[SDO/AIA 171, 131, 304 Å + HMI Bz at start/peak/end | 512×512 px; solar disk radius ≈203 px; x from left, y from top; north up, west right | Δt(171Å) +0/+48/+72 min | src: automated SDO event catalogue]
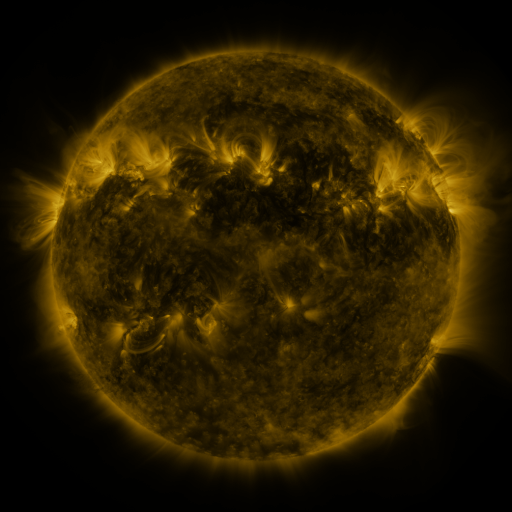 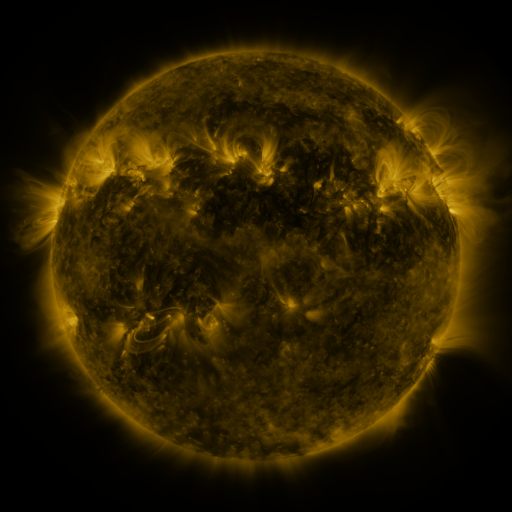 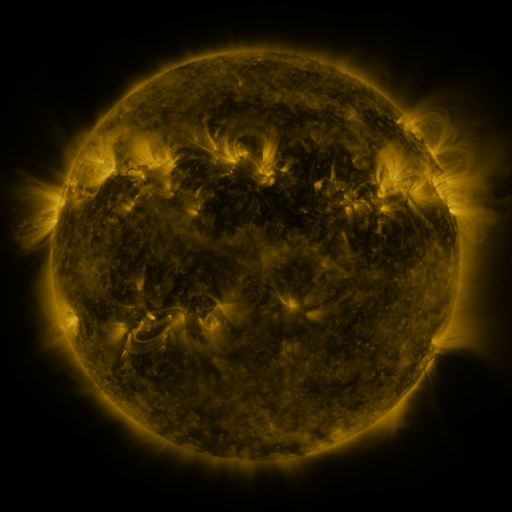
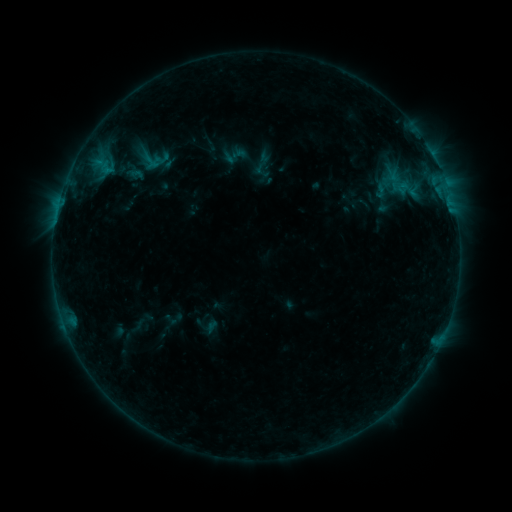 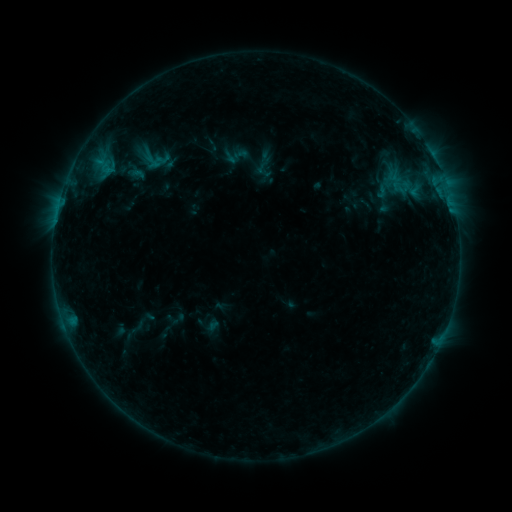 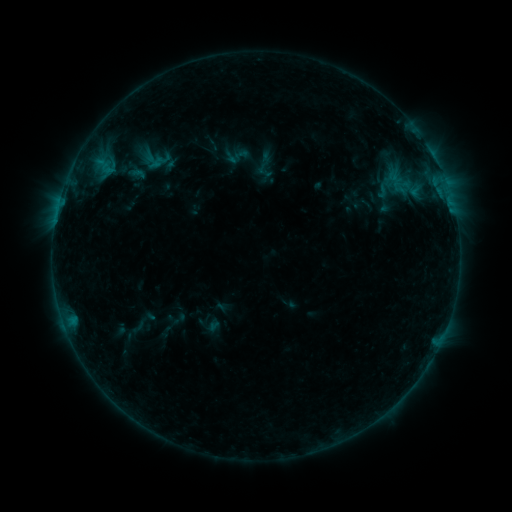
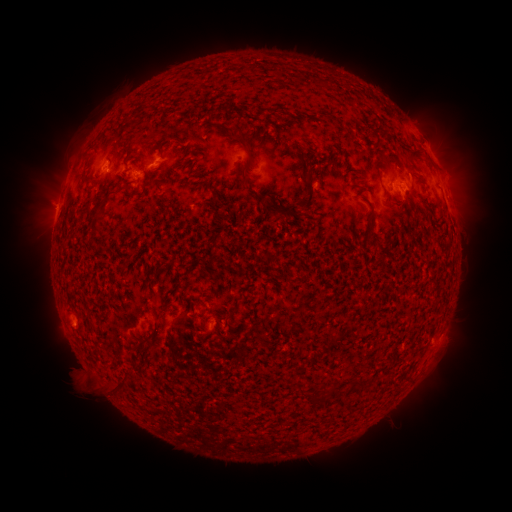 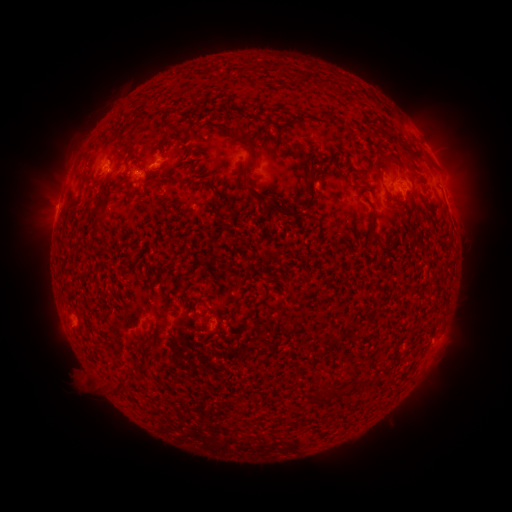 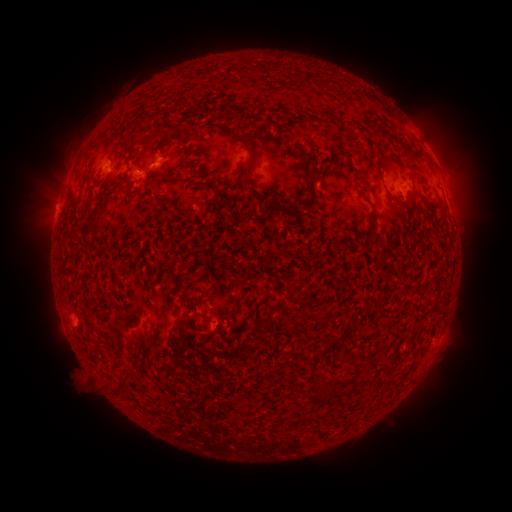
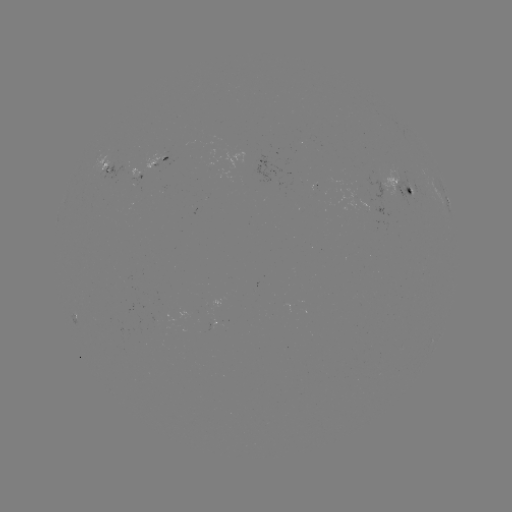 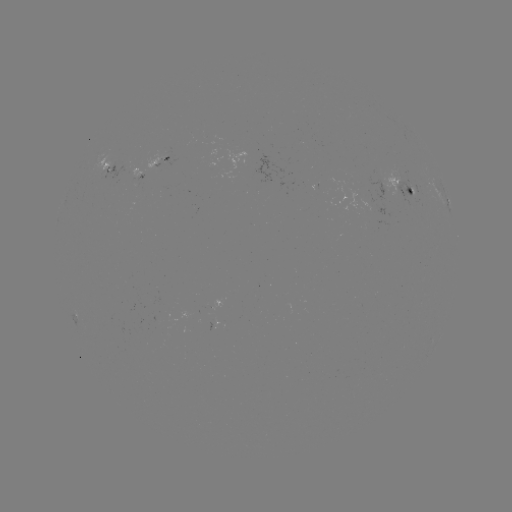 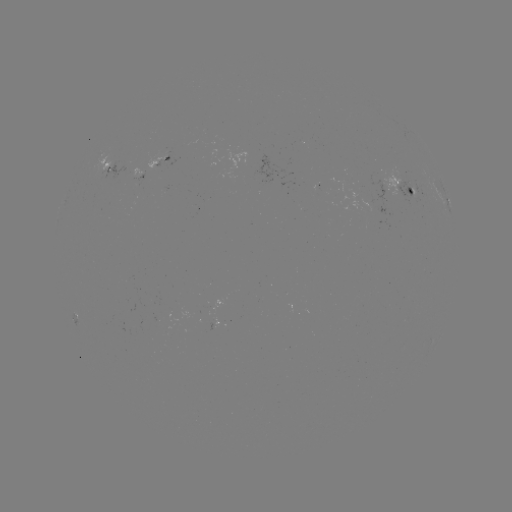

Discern emerging-flux region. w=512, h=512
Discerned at (155, 163).